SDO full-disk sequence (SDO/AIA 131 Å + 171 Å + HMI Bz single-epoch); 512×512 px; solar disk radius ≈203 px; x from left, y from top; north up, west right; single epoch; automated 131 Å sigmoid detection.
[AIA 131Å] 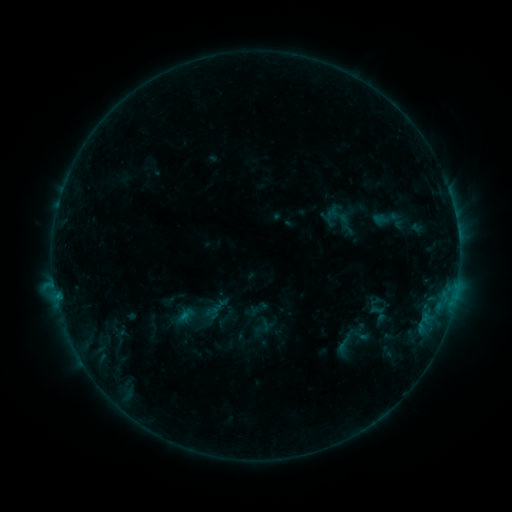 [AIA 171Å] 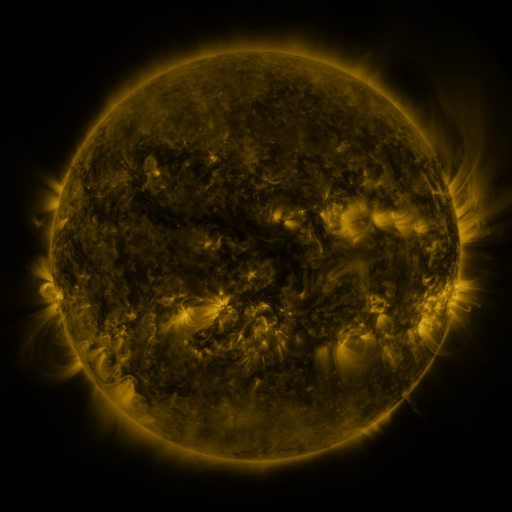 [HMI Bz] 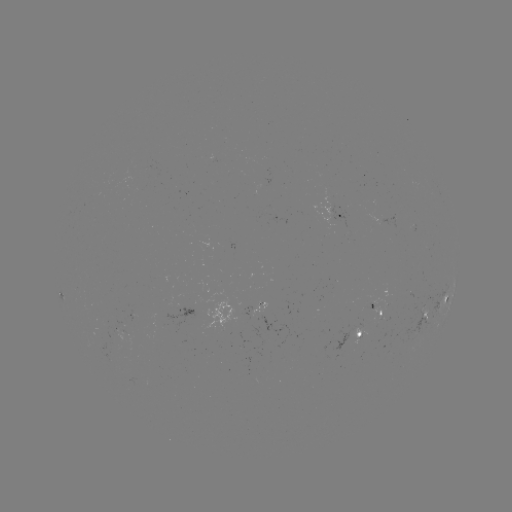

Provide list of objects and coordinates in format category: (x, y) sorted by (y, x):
sigmoid: (197, 315)
